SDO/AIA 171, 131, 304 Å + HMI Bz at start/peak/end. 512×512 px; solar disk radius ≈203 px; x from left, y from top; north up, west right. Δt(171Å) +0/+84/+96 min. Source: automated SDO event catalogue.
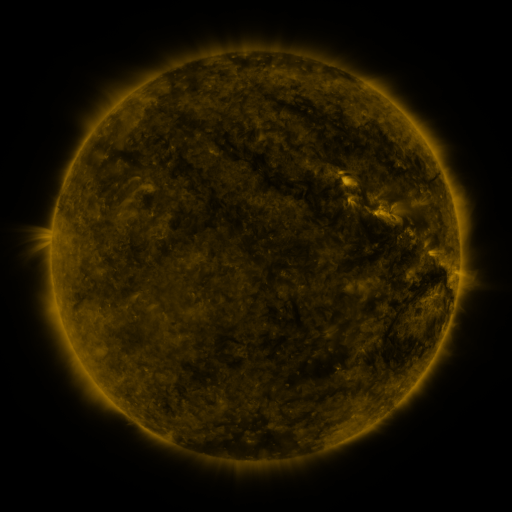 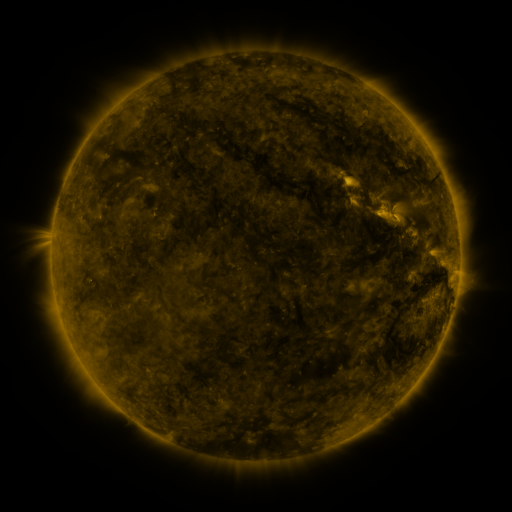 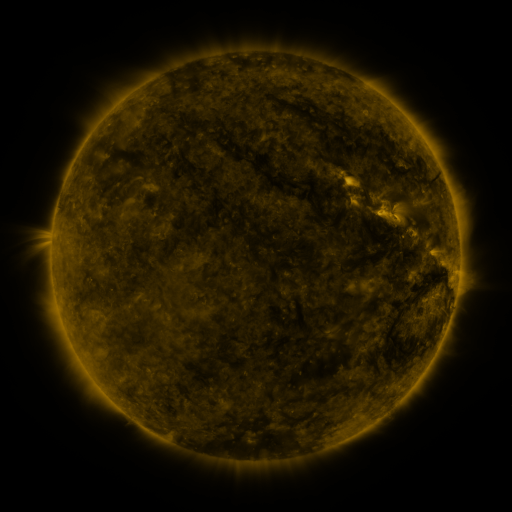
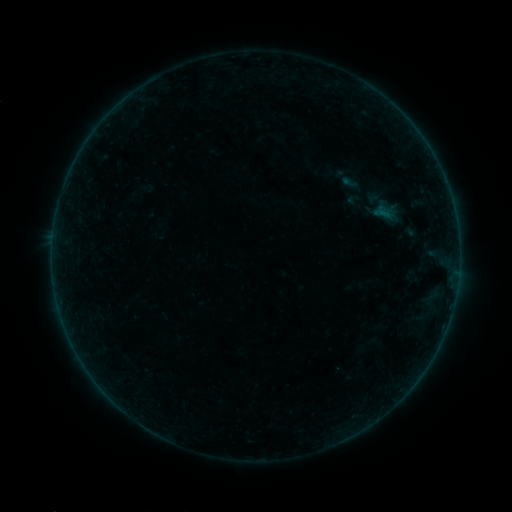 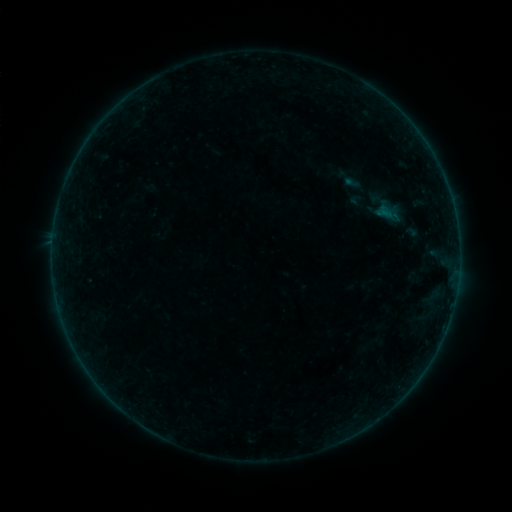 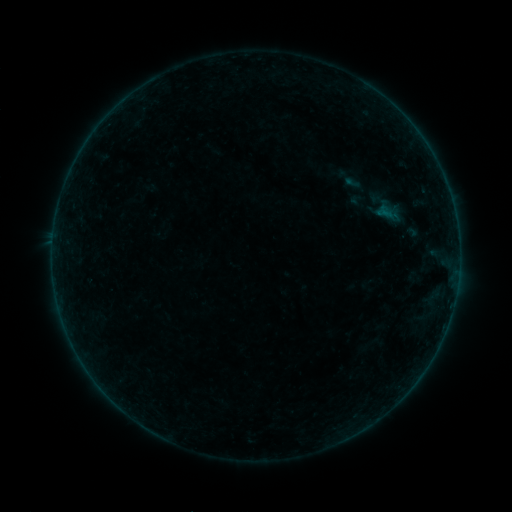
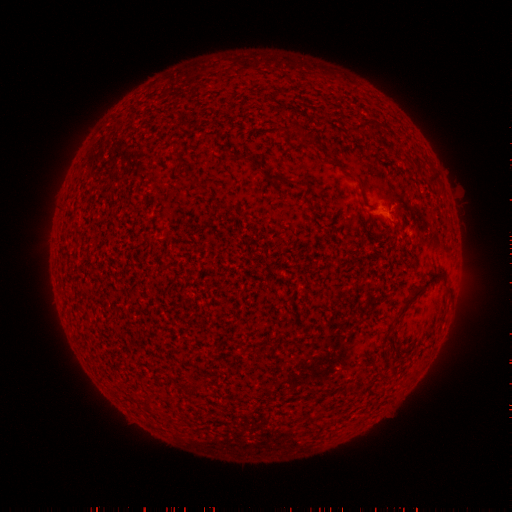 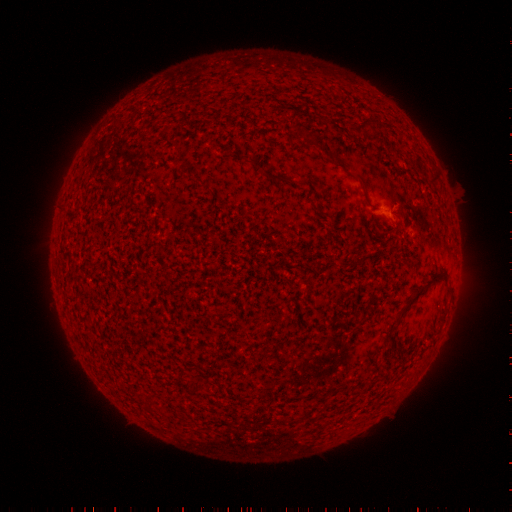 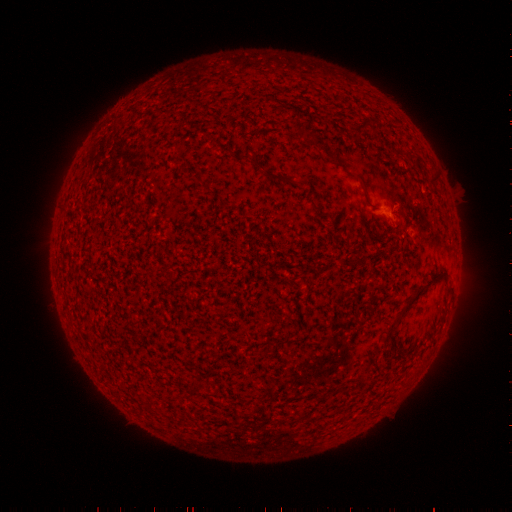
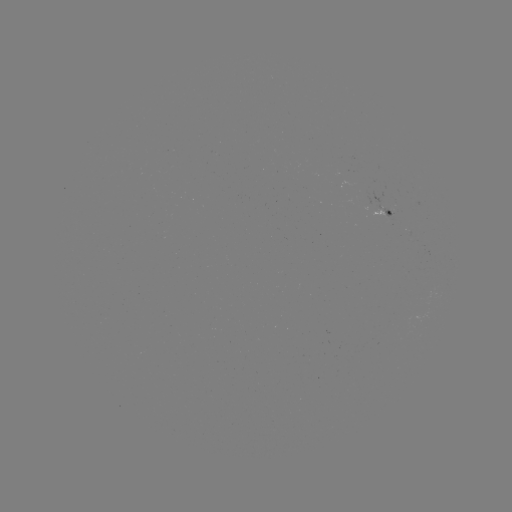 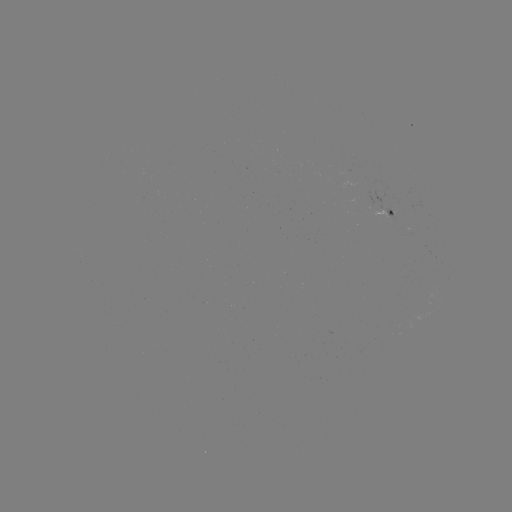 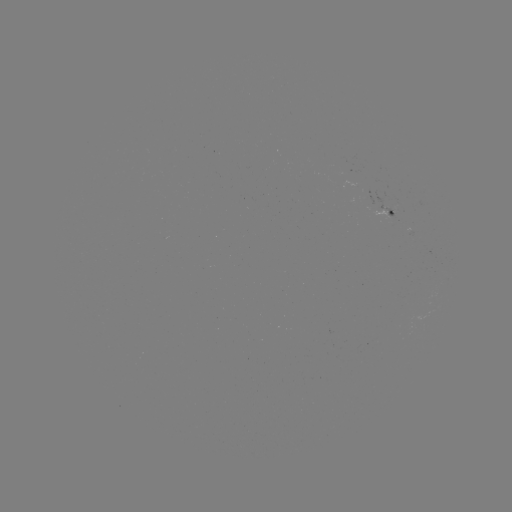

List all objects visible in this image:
emerging-flux region: (387, 216)
